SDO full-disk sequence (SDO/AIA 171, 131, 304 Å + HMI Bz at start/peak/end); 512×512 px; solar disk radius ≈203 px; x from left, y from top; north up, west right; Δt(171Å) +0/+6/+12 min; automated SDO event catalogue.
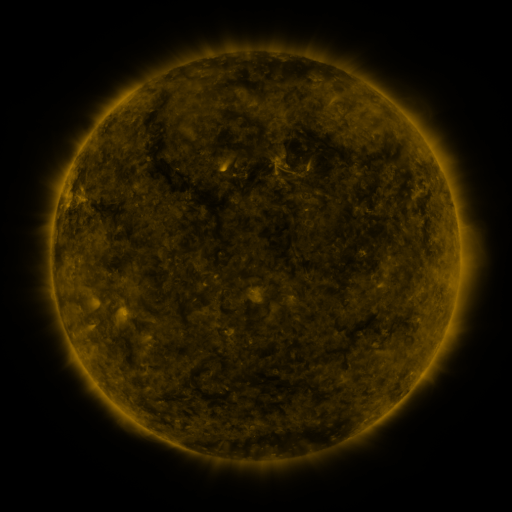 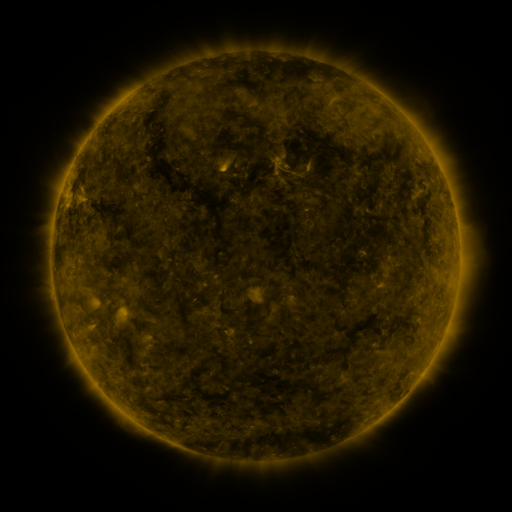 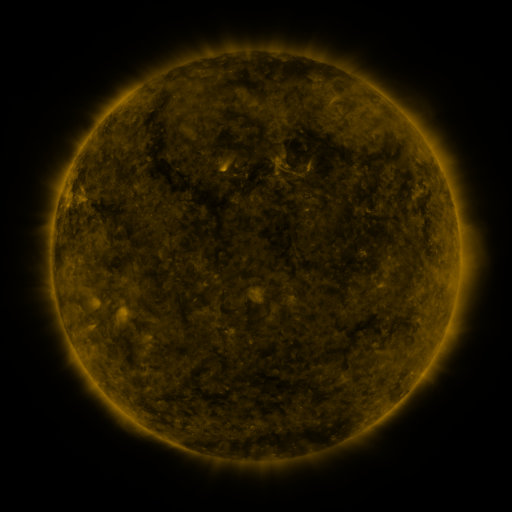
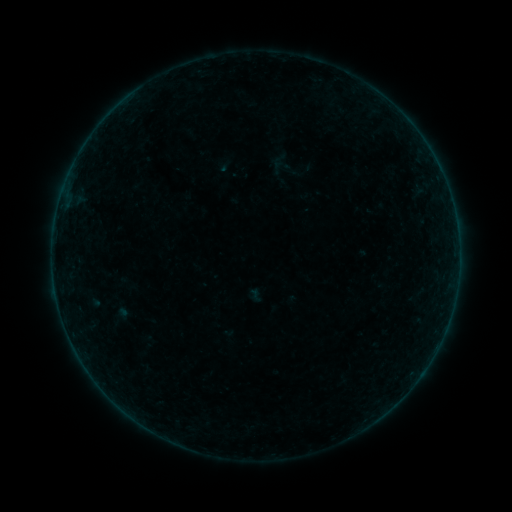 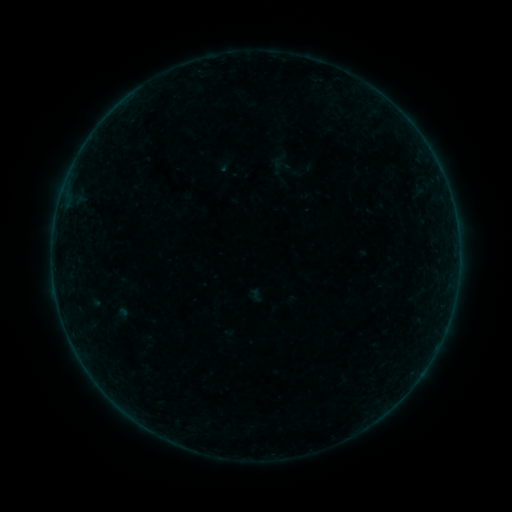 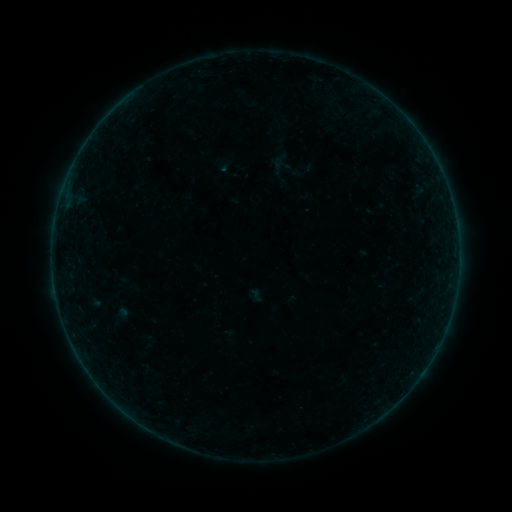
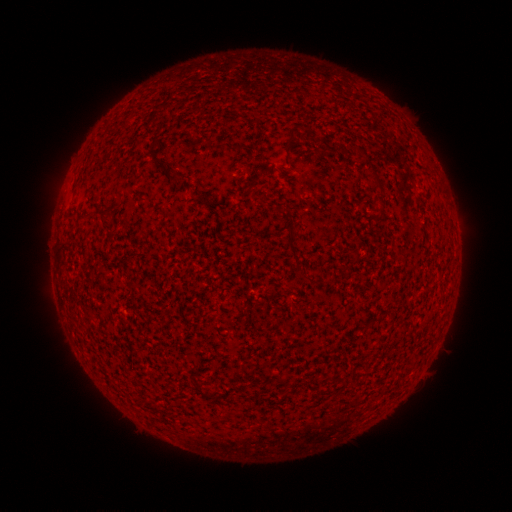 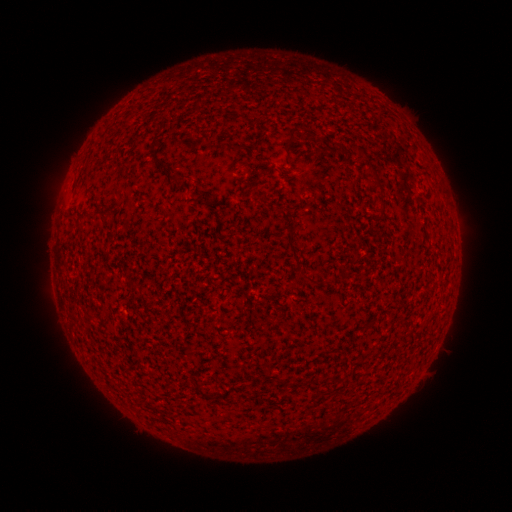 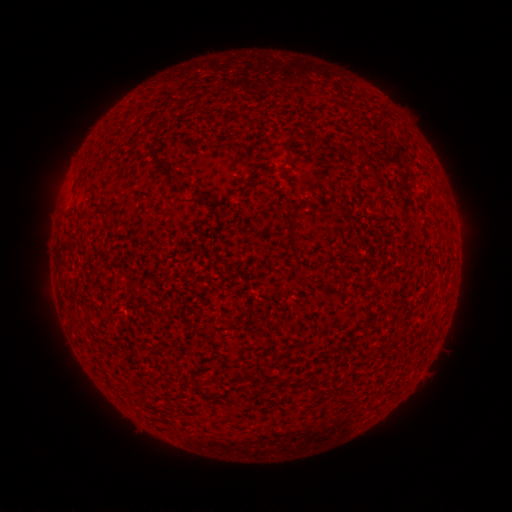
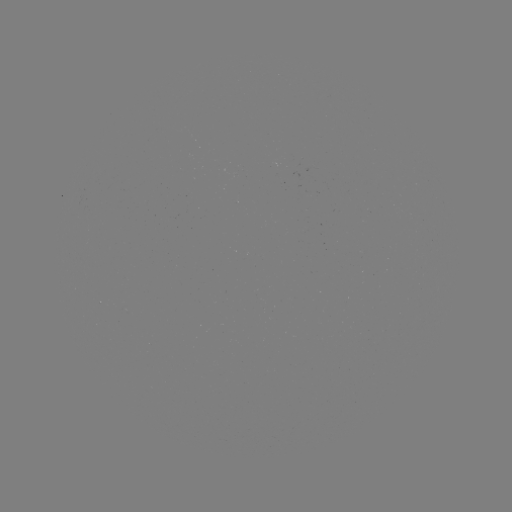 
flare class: B2.8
